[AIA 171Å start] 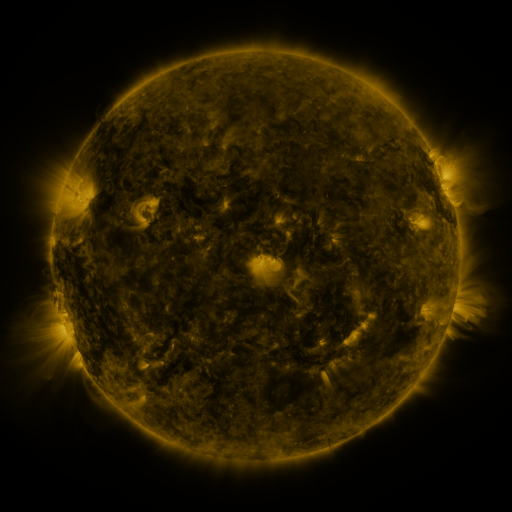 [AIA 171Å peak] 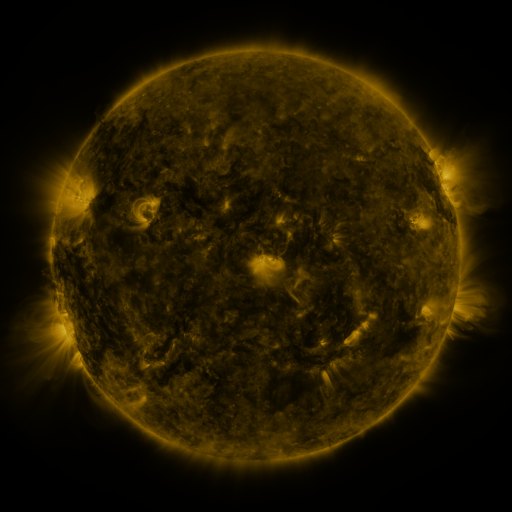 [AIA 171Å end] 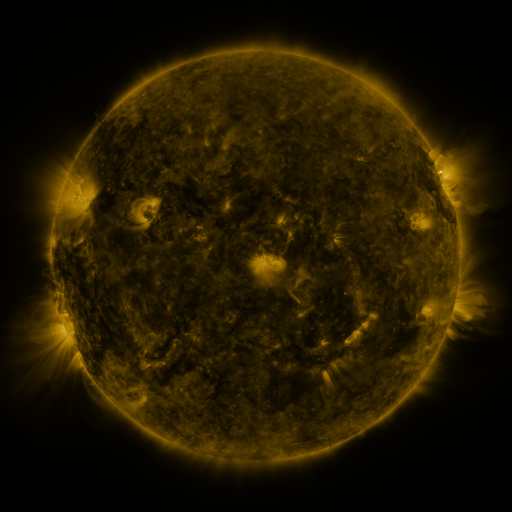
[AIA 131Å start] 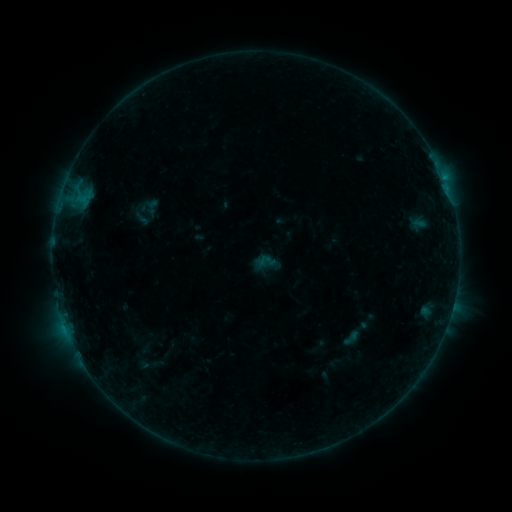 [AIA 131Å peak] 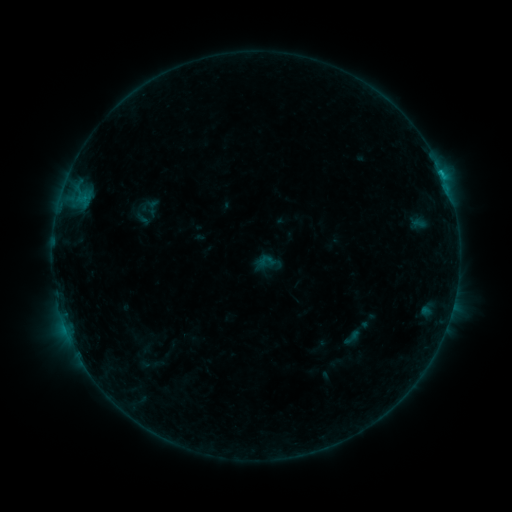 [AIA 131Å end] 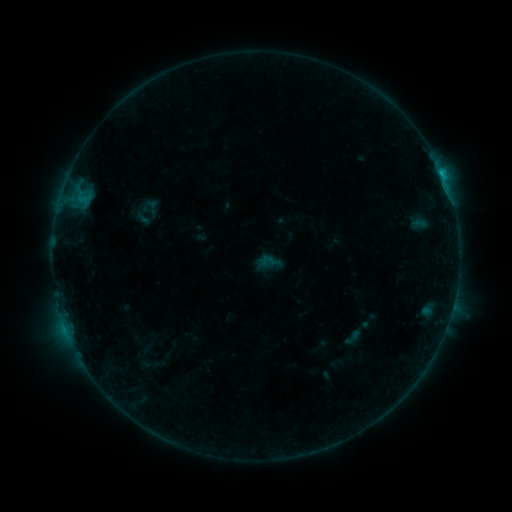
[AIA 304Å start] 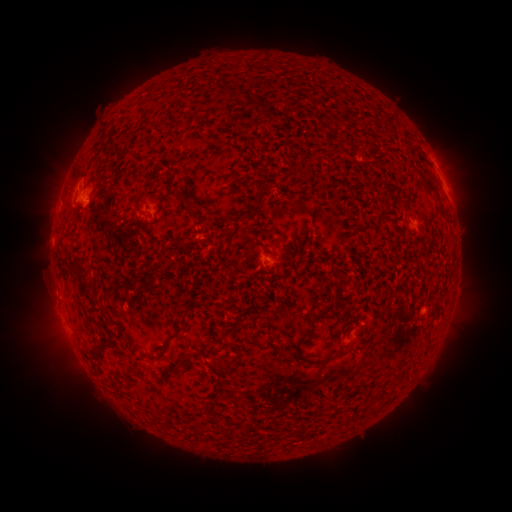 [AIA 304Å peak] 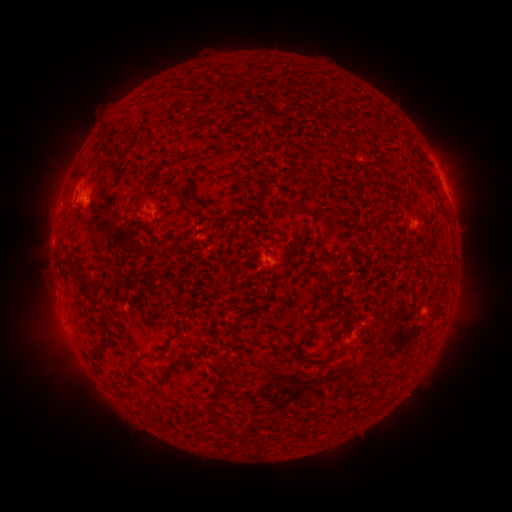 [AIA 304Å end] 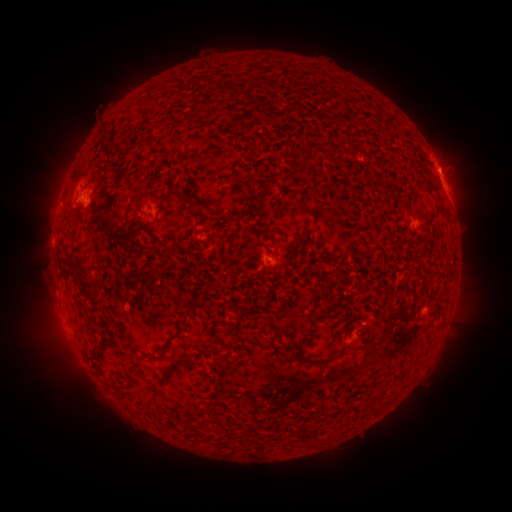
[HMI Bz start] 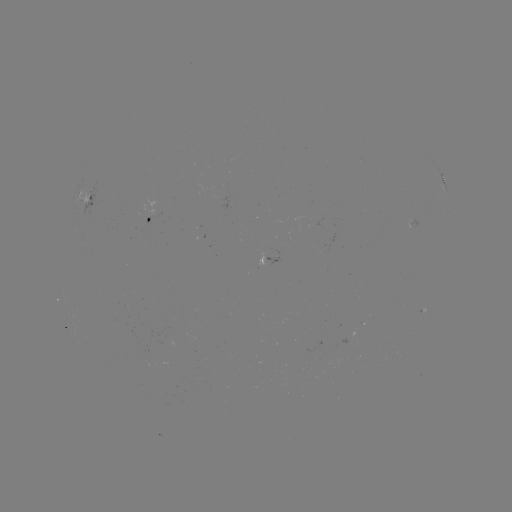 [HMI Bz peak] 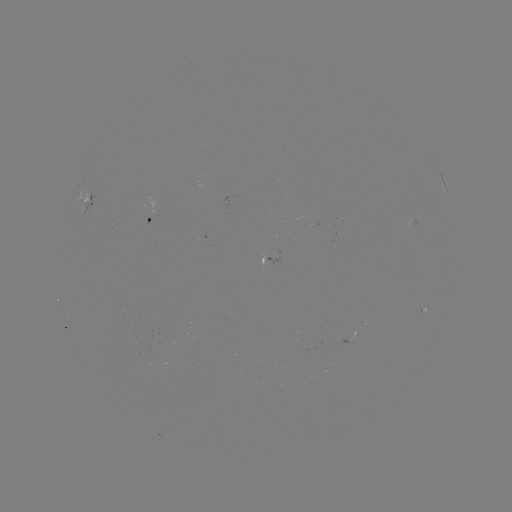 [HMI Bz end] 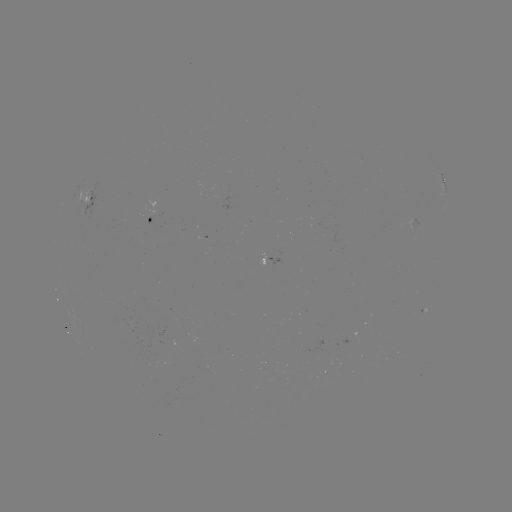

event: flare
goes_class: B8.8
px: (441, 174)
